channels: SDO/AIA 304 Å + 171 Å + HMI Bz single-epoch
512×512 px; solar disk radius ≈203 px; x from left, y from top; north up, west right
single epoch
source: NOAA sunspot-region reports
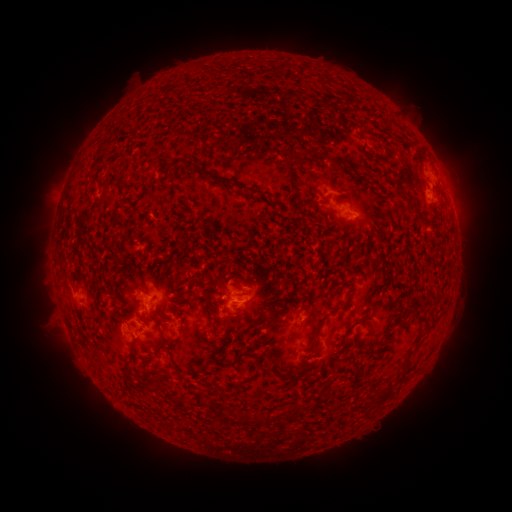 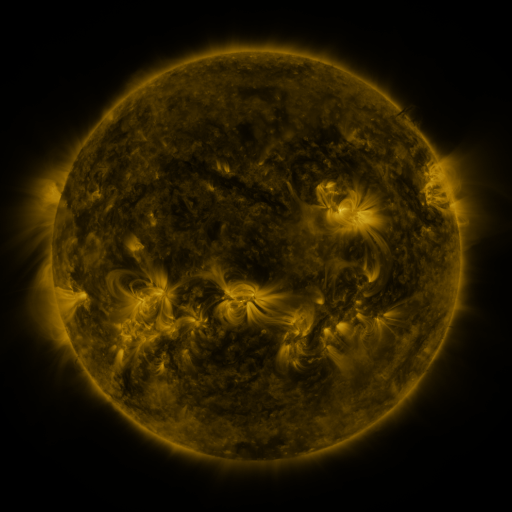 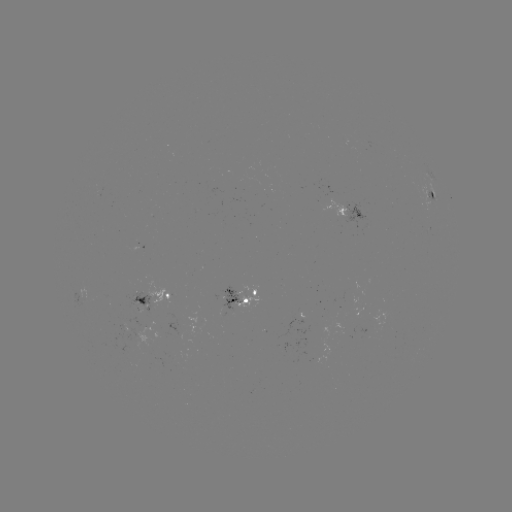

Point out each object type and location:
spotted active region: (433, 178)
spotted active region: (434, 198)
spotted active region: (350, 214)
spotted active region: (156, 295)
spotted active region: (242, 298)
